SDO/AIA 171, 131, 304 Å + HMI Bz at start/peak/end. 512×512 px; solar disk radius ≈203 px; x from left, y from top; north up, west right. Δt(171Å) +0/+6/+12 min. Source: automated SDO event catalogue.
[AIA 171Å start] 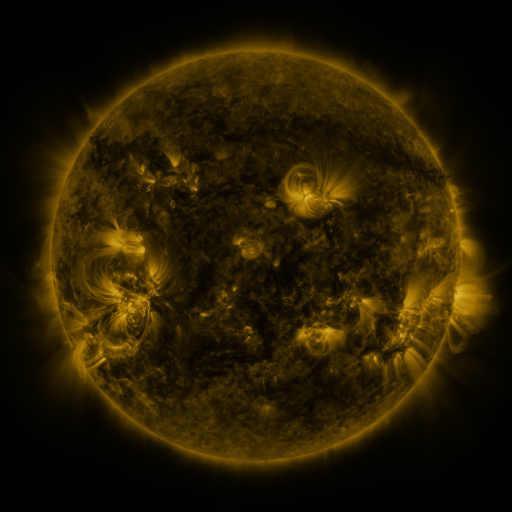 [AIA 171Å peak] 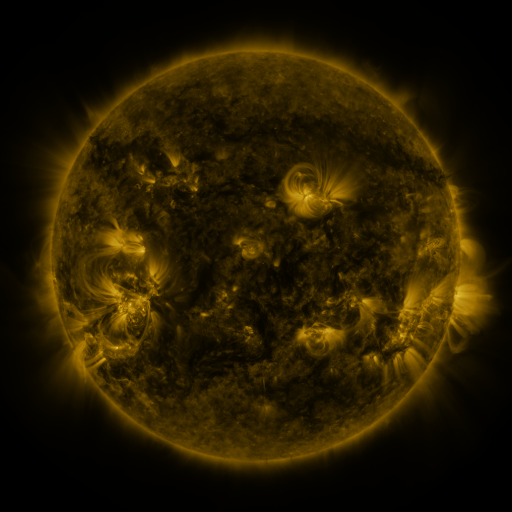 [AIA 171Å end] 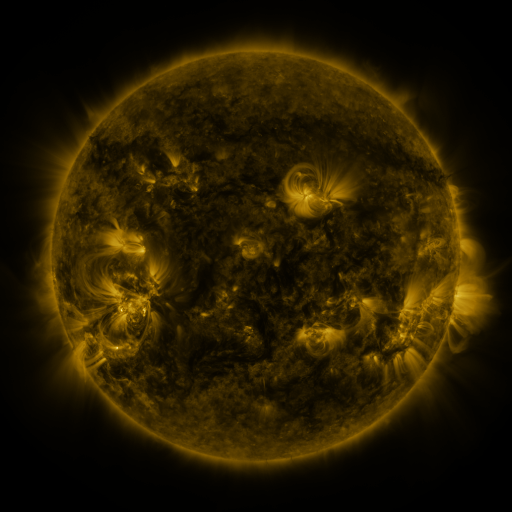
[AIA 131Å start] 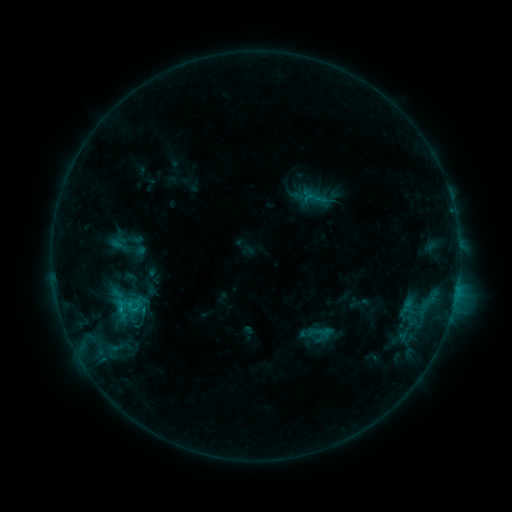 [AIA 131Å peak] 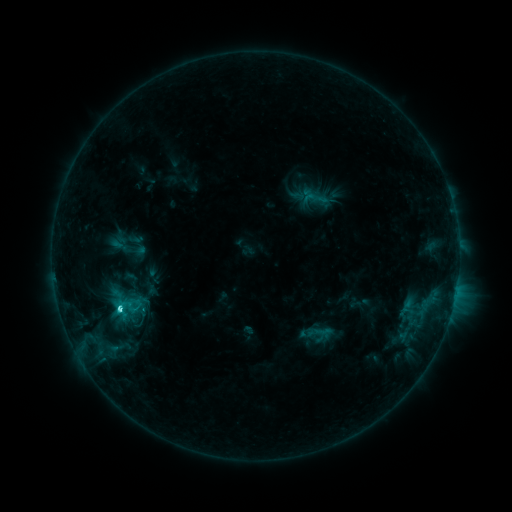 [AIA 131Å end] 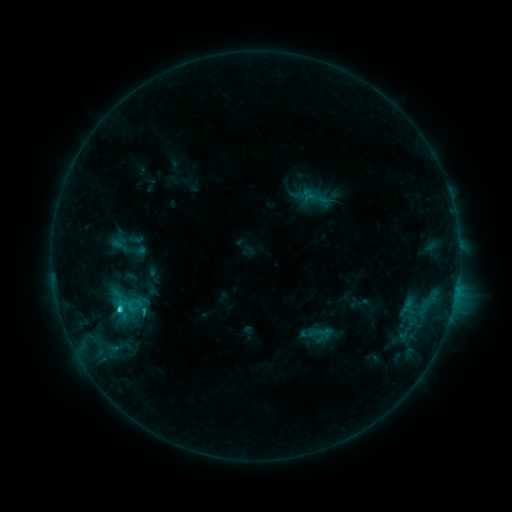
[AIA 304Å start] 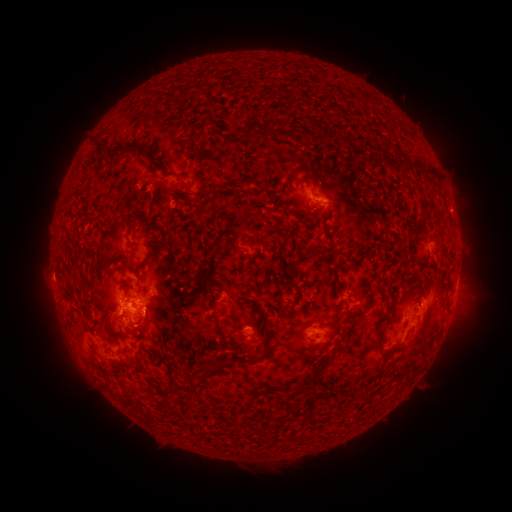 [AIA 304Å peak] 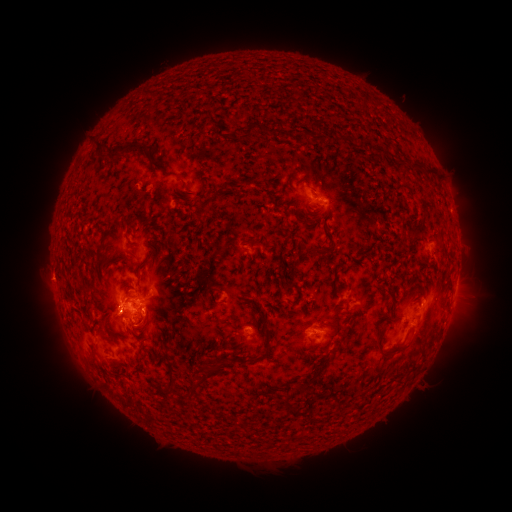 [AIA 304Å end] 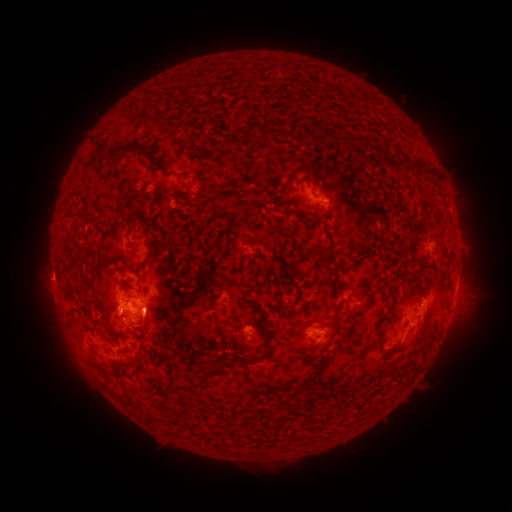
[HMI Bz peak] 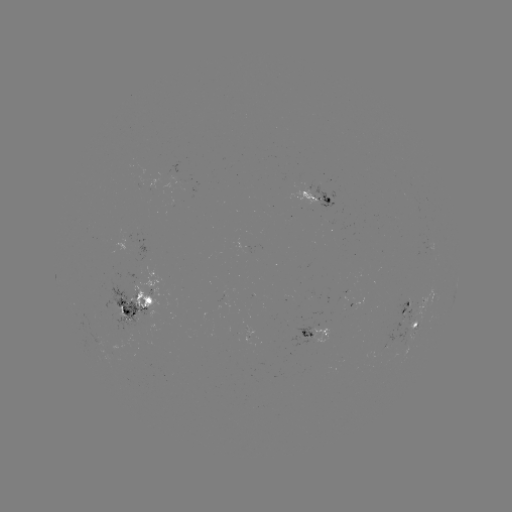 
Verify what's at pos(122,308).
C4.4 flare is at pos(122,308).